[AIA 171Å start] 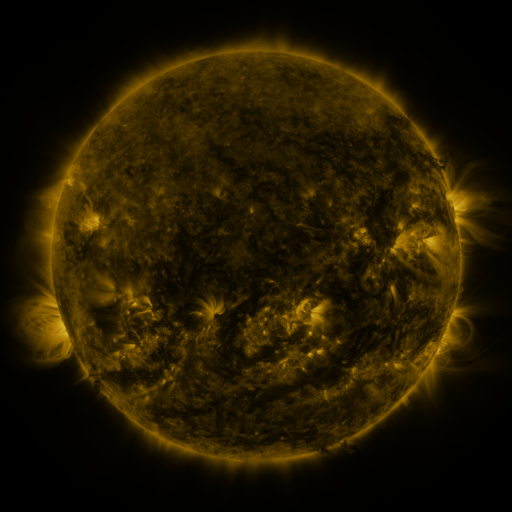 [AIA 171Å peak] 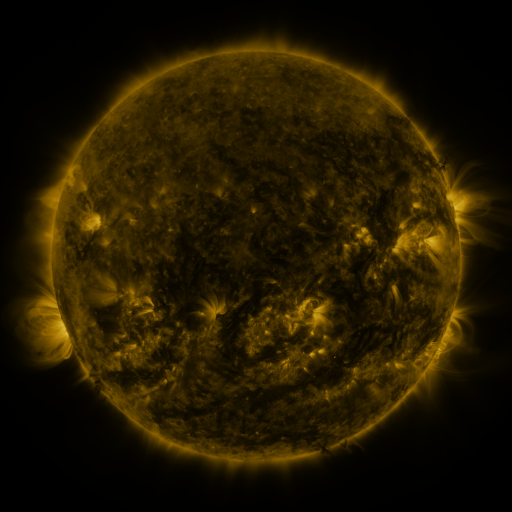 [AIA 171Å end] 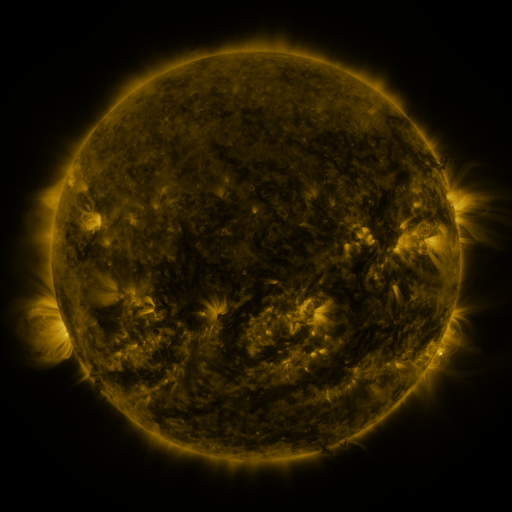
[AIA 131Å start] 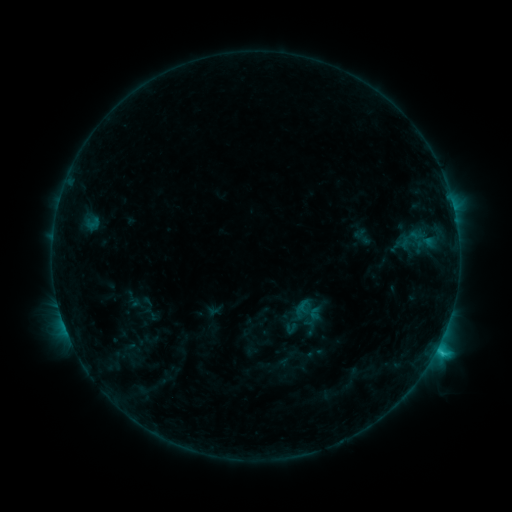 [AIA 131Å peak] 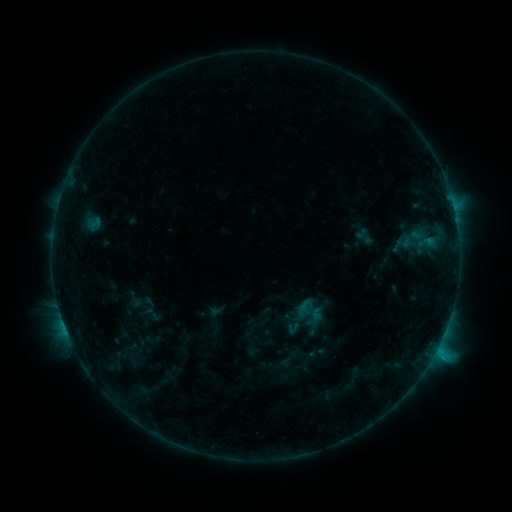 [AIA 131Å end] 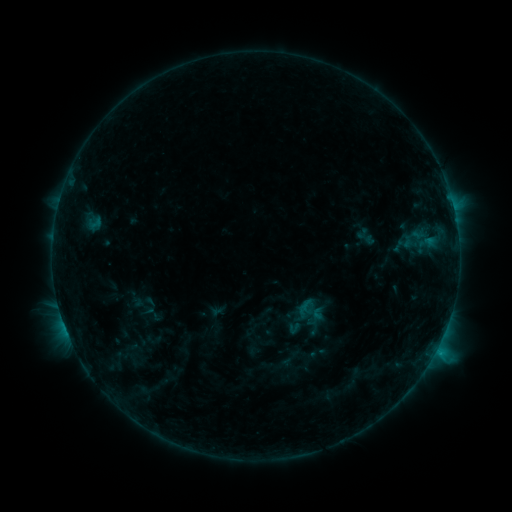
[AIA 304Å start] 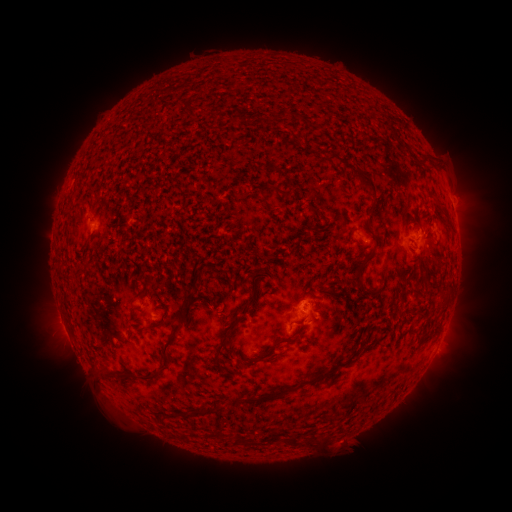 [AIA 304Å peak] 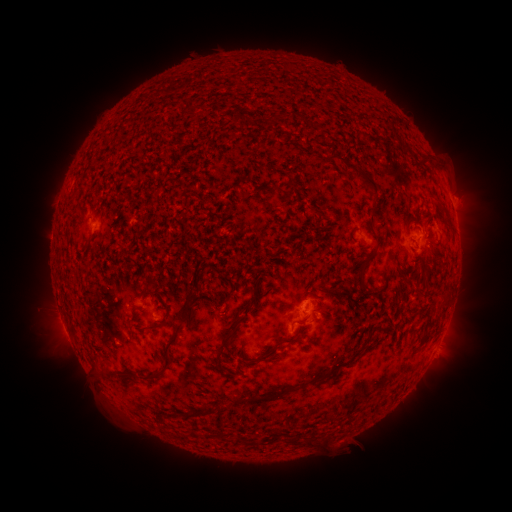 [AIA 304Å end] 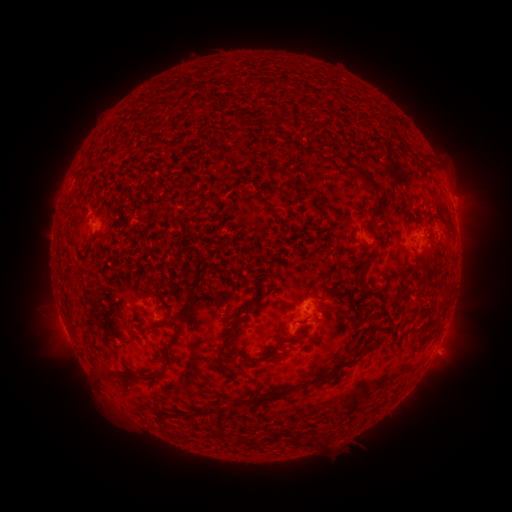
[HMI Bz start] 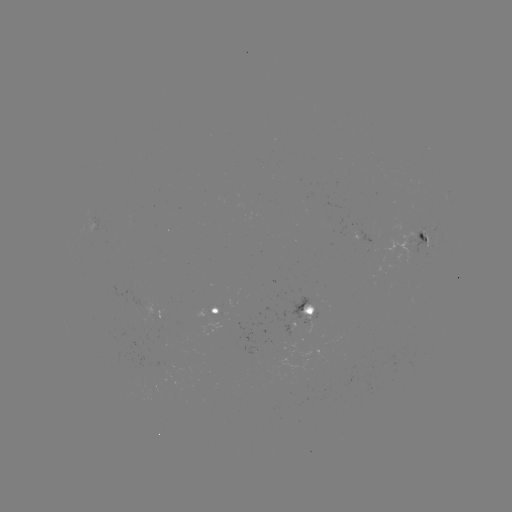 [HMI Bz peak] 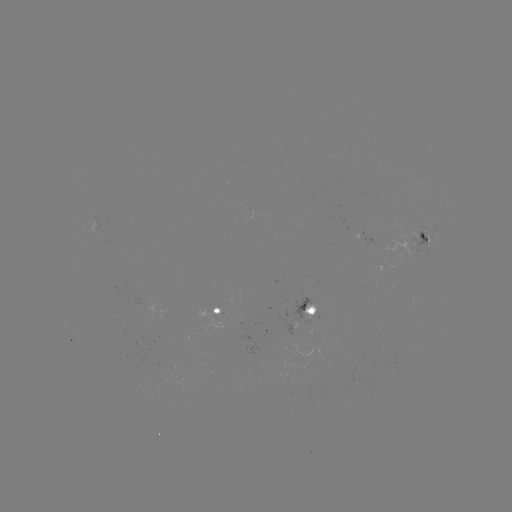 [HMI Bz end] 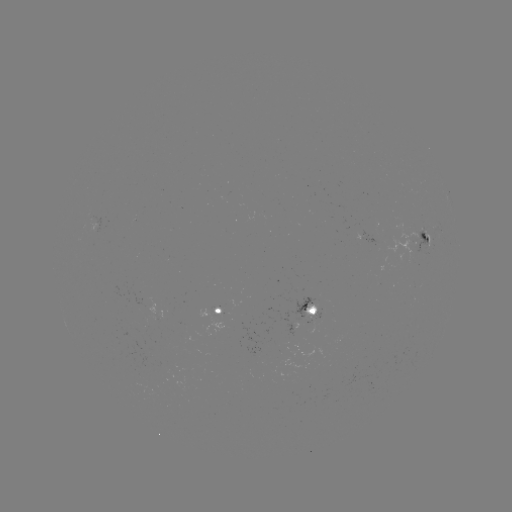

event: emerging-flux region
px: (406, 245)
